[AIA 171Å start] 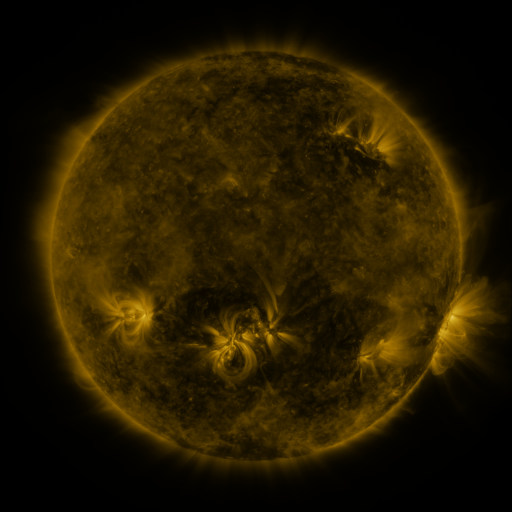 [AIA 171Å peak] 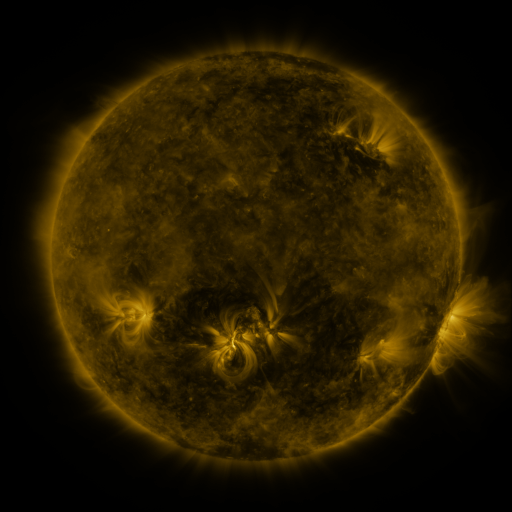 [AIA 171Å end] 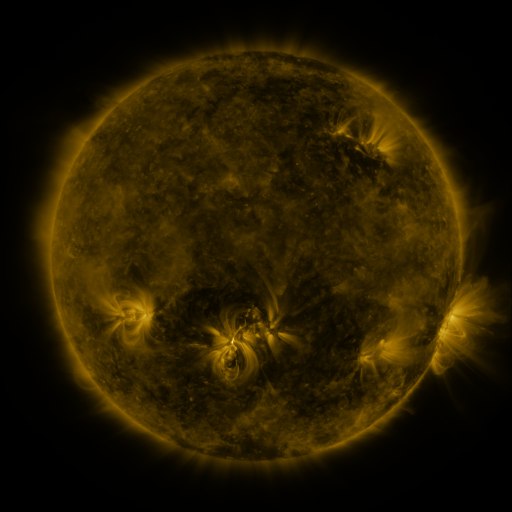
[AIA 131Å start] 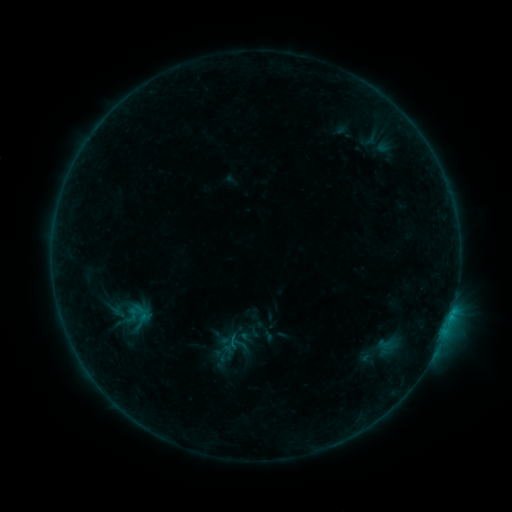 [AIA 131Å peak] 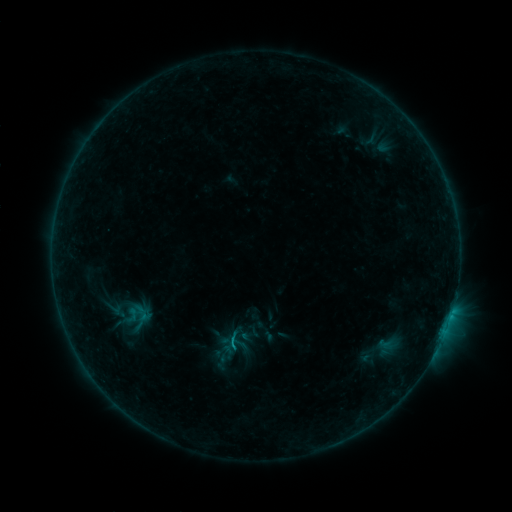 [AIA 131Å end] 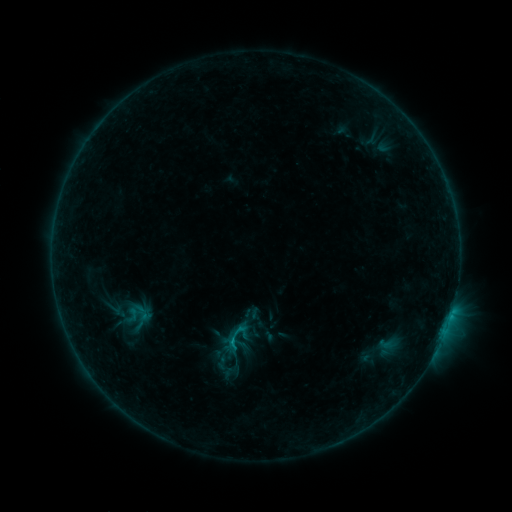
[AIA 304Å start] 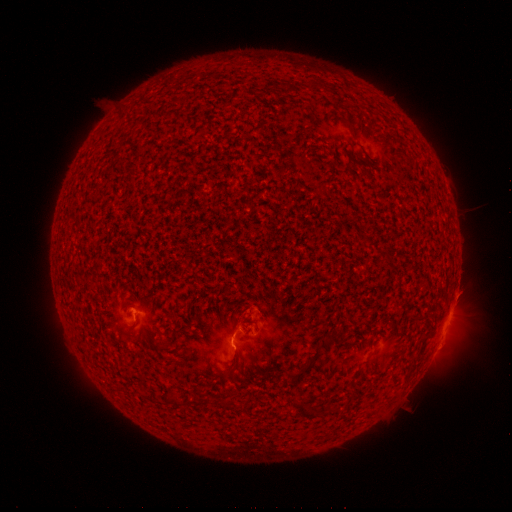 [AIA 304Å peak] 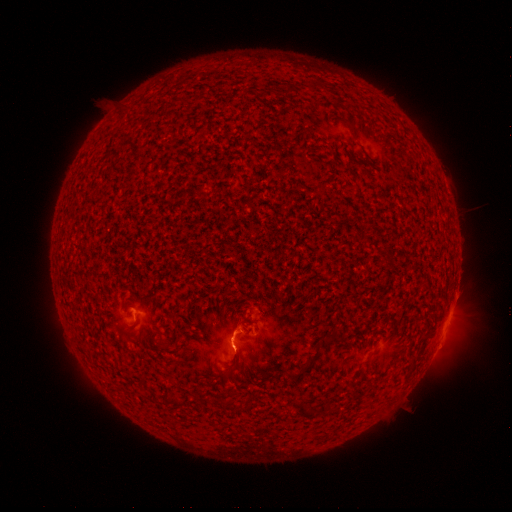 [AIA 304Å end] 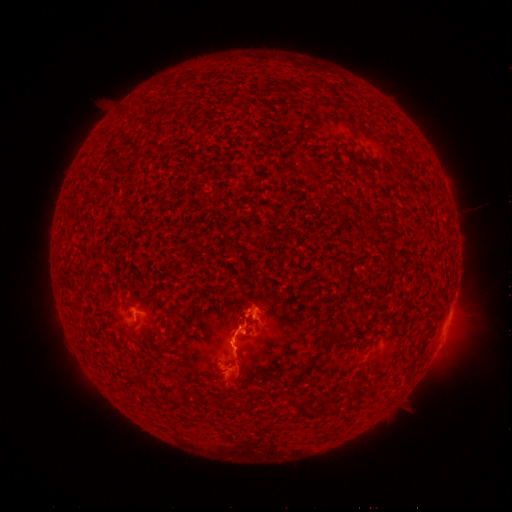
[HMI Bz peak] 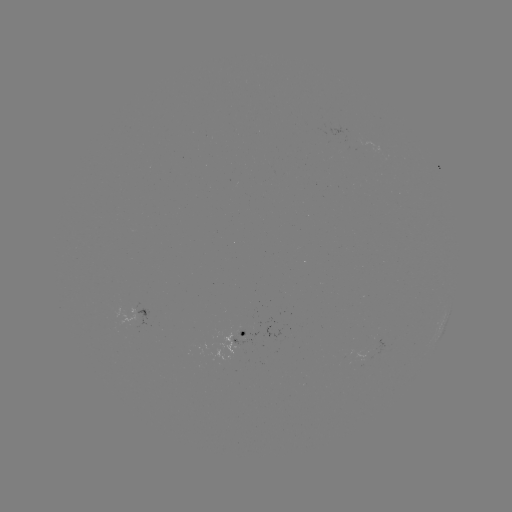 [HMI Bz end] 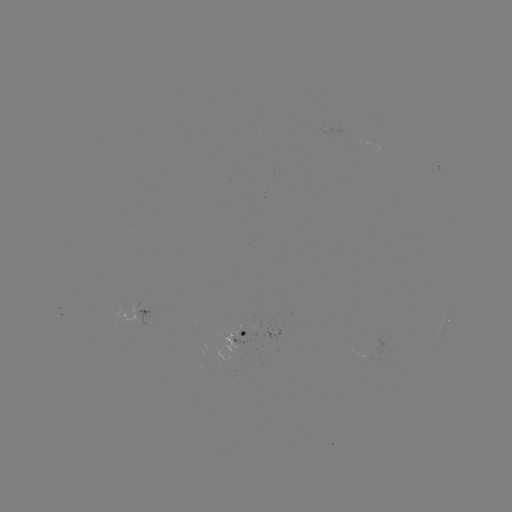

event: flare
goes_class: C1.6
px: (233, 339)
